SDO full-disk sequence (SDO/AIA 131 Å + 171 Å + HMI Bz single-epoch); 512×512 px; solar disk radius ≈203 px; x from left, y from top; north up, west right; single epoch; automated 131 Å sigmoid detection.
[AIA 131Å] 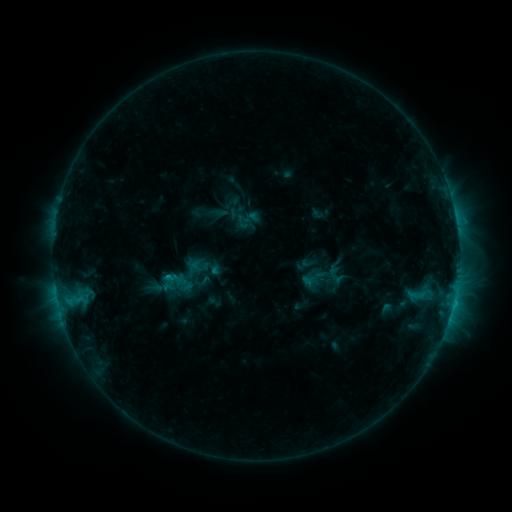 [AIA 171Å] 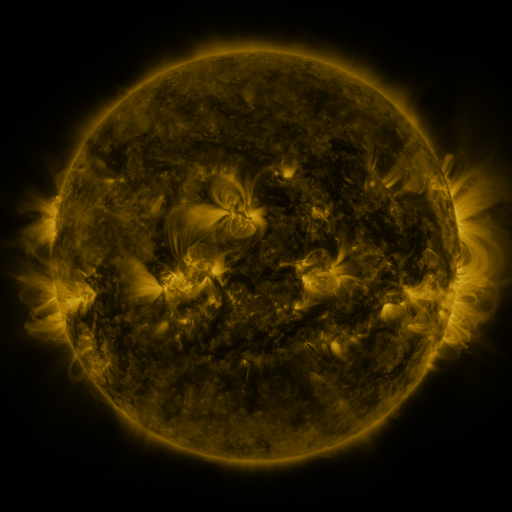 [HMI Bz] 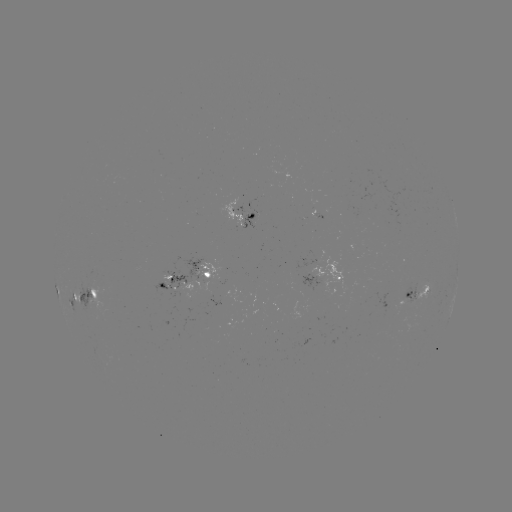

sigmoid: [234, 212, 252, 230]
